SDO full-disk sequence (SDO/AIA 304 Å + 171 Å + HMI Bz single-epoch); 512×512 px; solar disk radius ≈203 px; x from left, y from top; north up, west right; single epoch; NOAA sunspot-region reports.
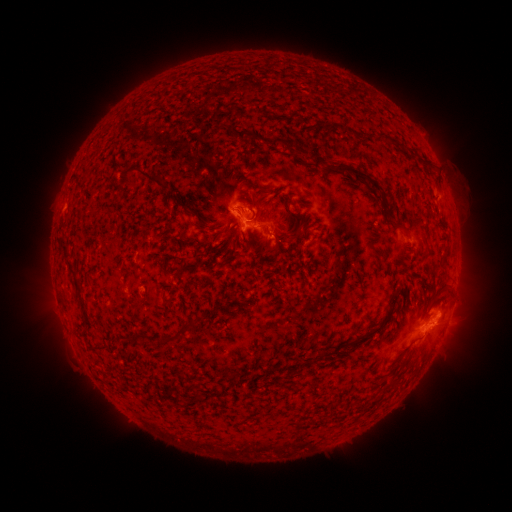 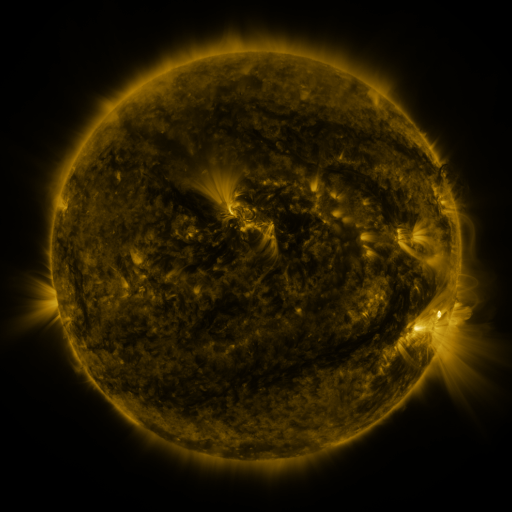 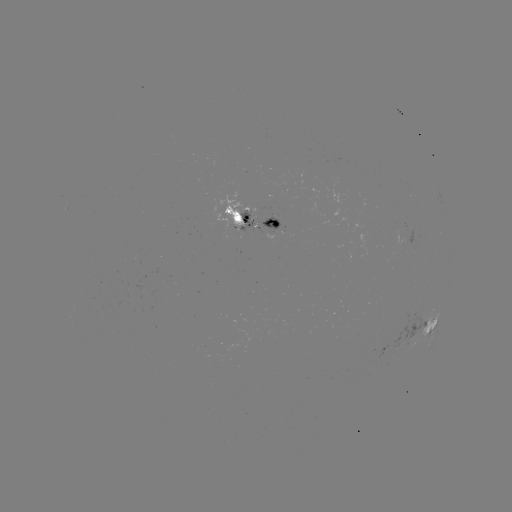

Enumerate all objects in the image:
spotted active region: (256, 216)
spotted active region: (430, 321)
